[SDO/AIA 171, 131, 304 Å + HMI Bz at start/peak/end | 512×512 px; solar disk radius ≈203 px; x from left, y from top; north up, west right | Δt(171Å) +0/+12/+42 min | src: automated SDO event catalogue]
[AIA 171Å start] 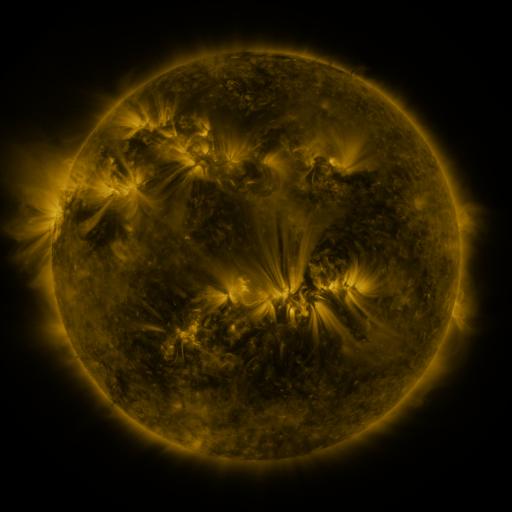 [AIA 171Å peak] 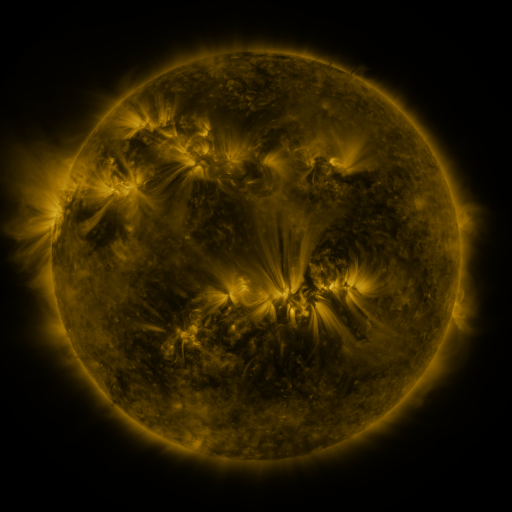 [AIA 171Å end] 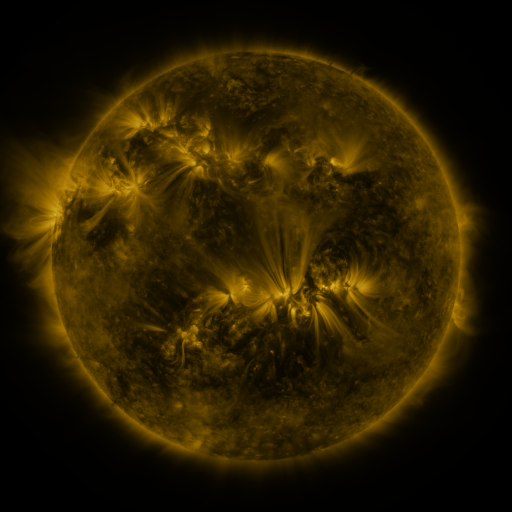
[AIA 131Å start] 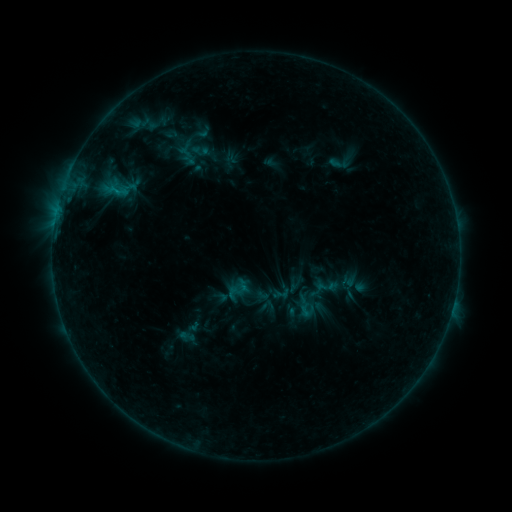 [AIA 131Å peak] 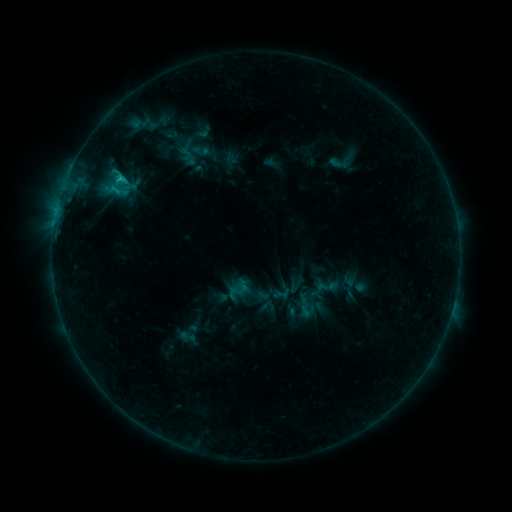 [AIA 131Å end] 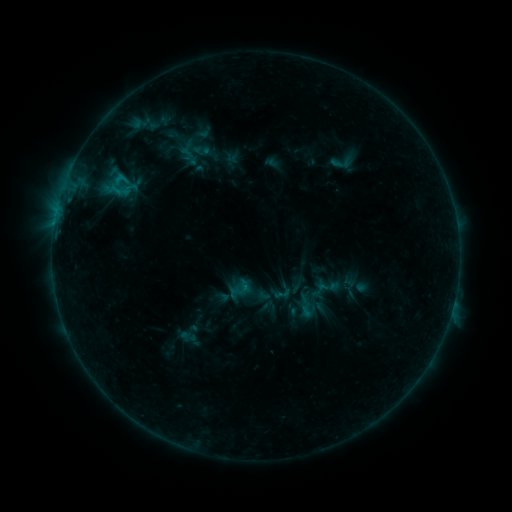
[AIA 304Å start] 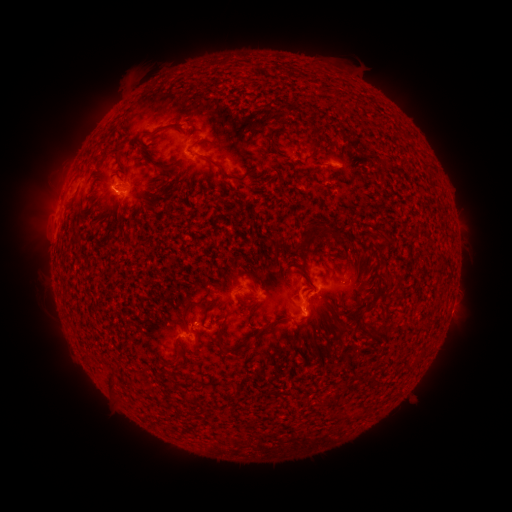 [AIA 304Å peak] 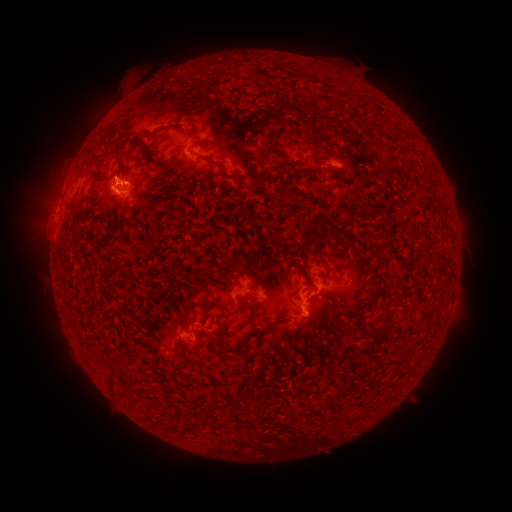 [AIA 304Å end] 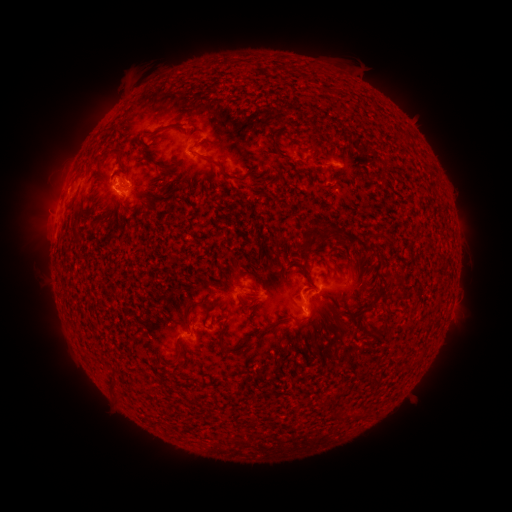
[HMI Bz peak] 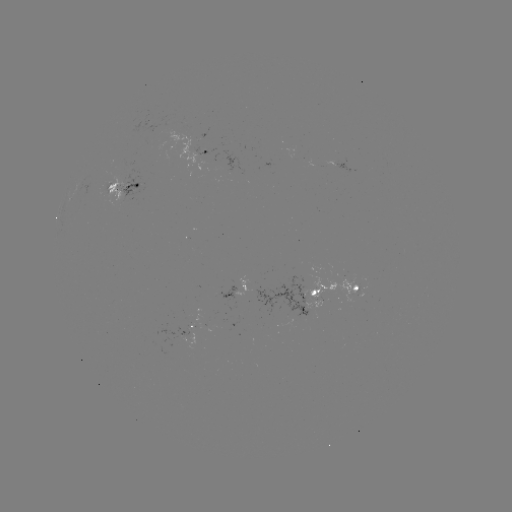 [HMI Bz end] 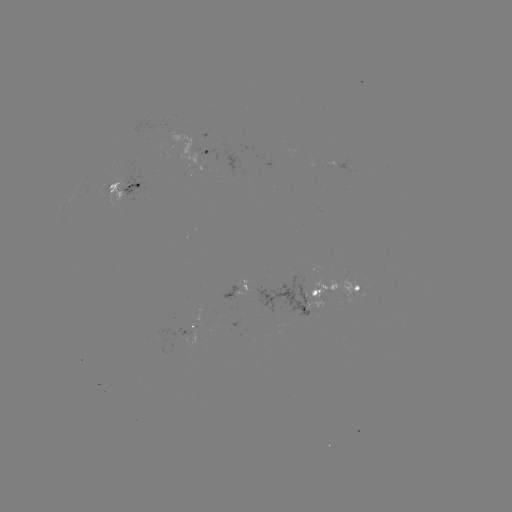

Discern C1.2 flare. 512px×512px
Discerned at (120, 180).